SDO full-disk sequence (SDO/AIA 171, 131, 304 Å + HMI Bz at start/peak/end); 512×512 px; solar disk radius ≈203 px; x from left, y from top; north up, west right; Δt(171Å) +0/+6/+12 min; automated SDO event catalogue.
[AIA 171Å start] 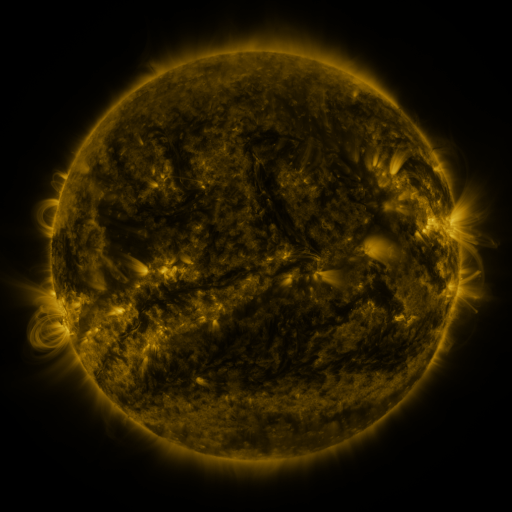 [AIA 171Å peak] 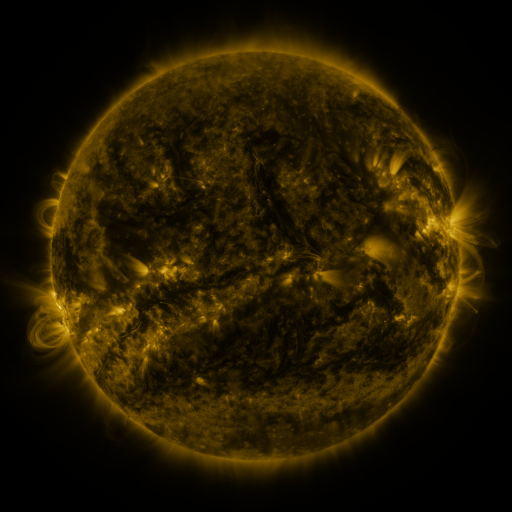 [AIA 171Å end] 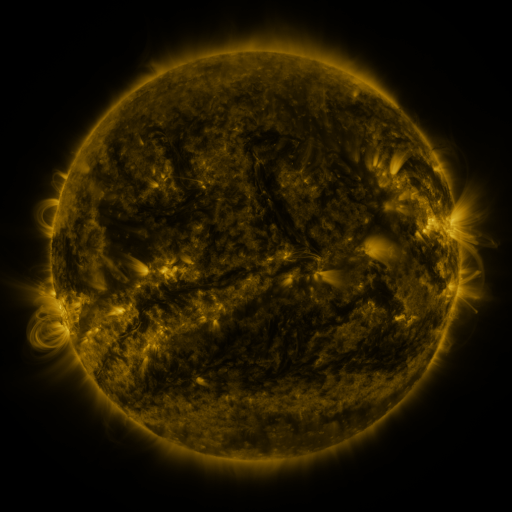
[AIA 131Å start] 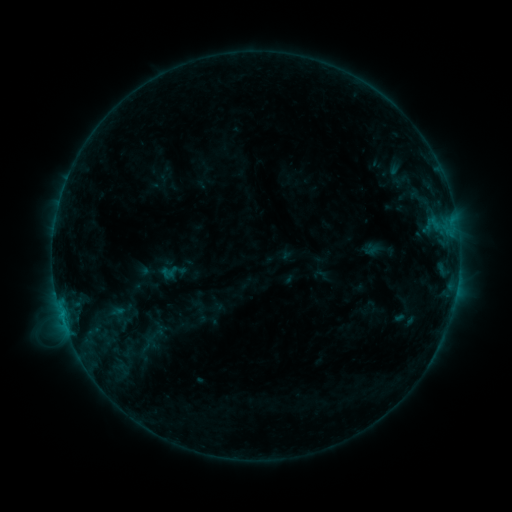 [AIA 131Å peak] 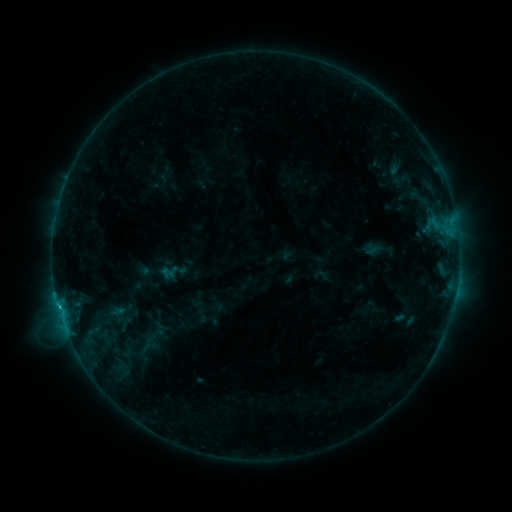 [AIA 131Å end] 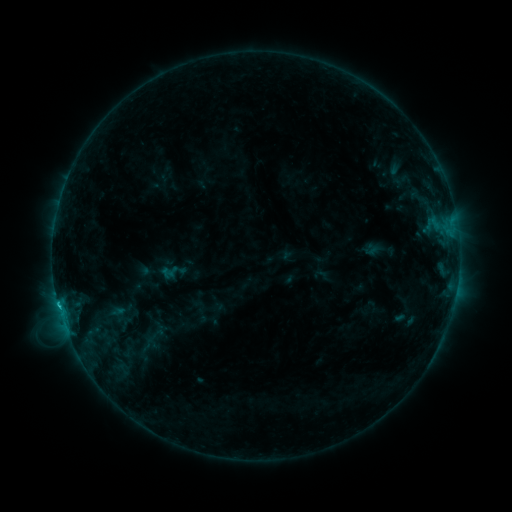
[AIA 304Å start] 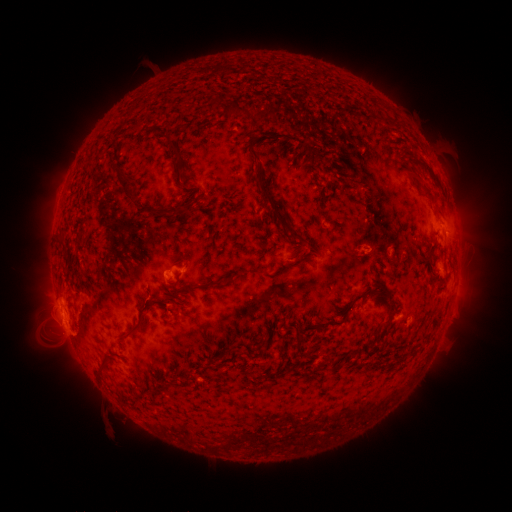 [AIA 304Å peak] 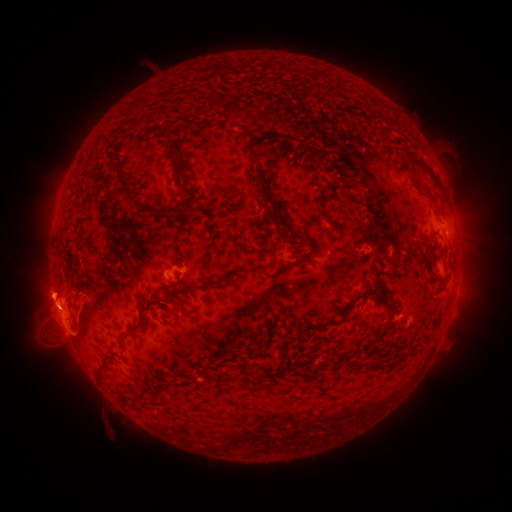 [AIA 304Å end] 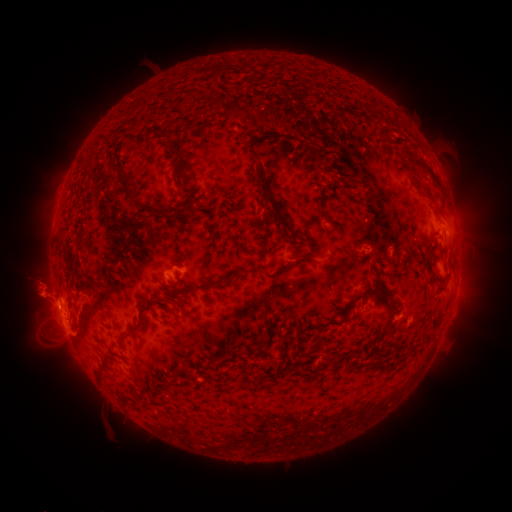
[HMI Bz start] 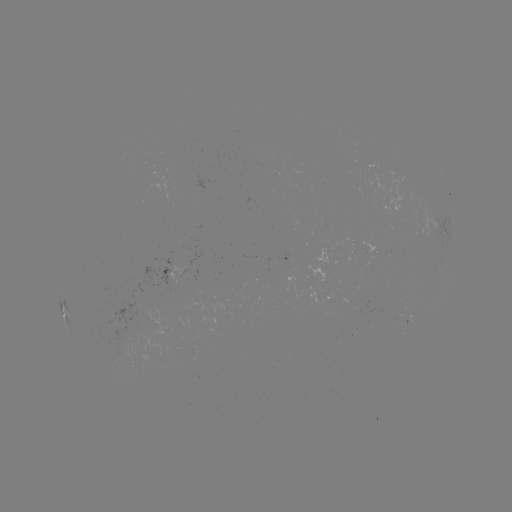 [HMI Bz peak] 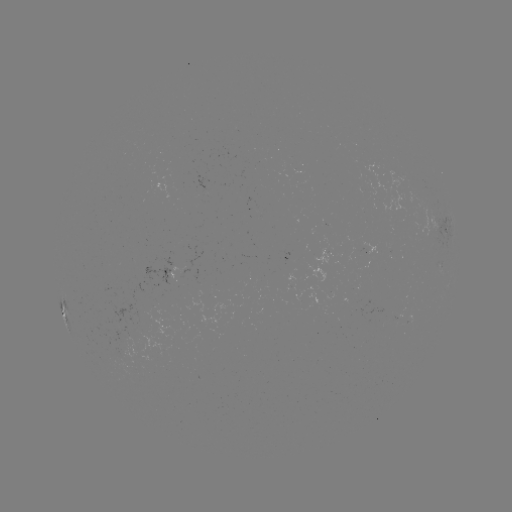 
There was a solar flare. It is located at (58, 304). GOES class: C1.7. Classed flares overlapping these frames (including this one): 1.